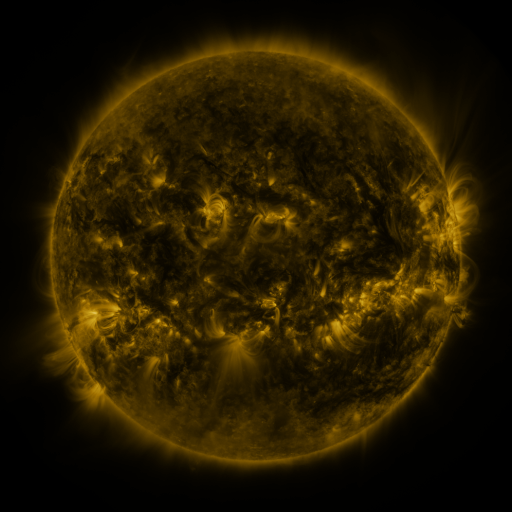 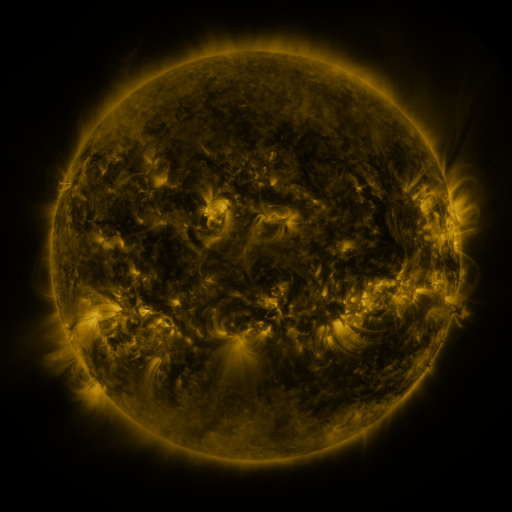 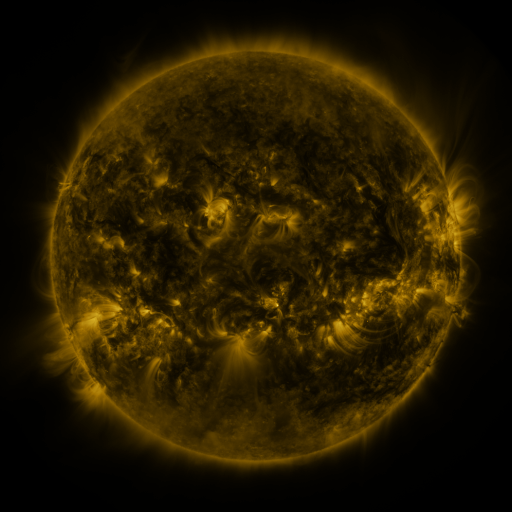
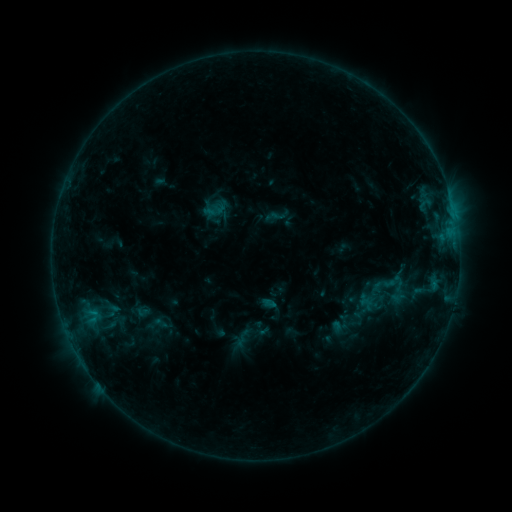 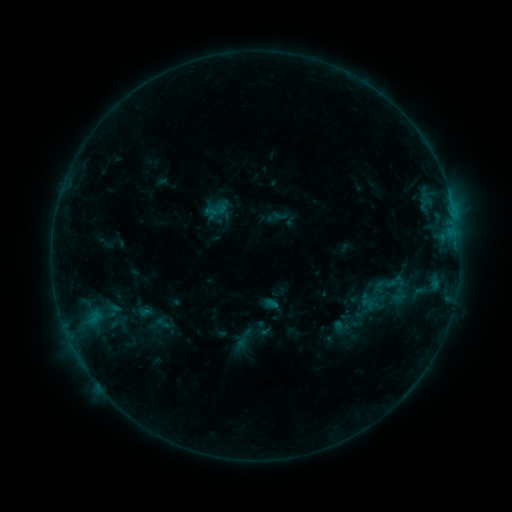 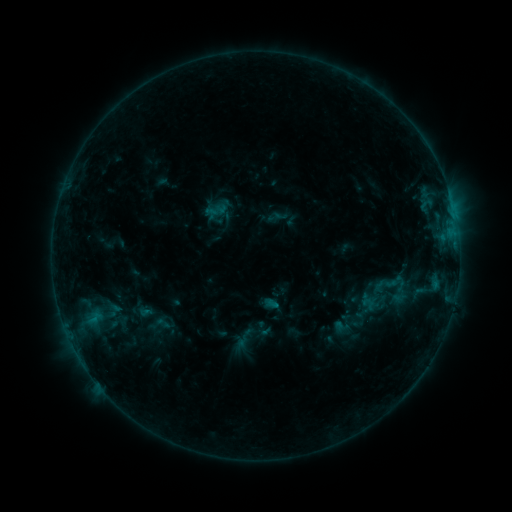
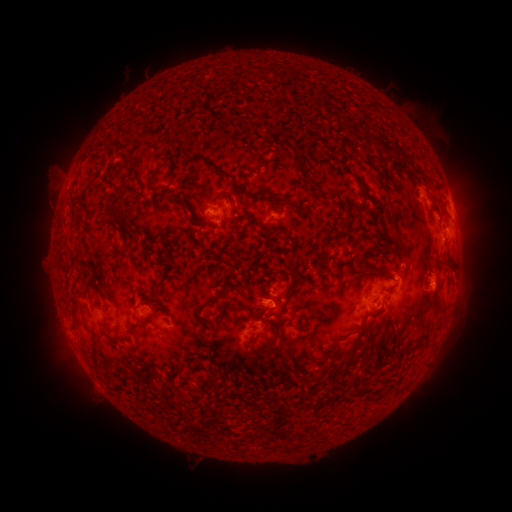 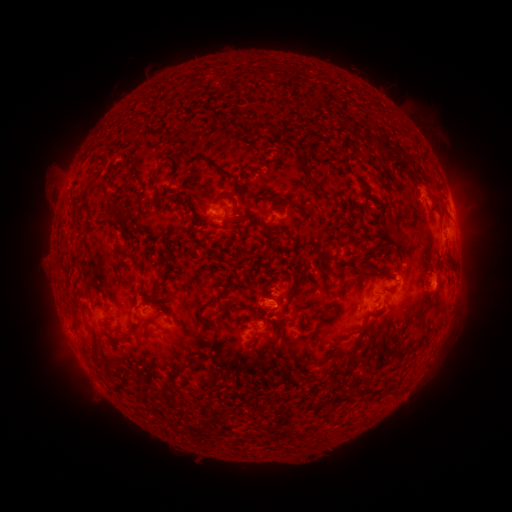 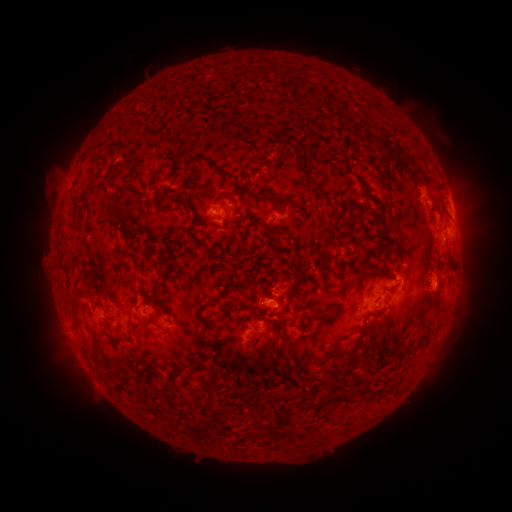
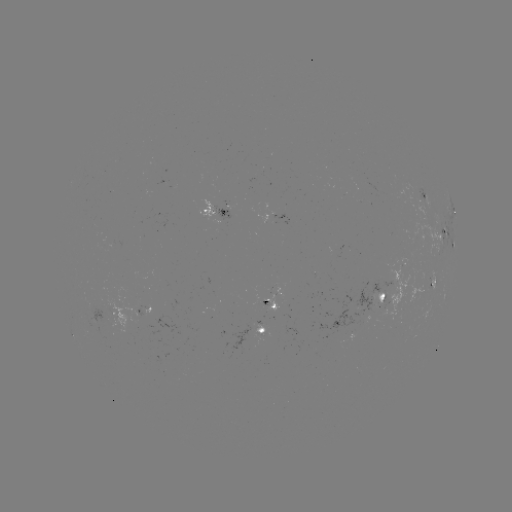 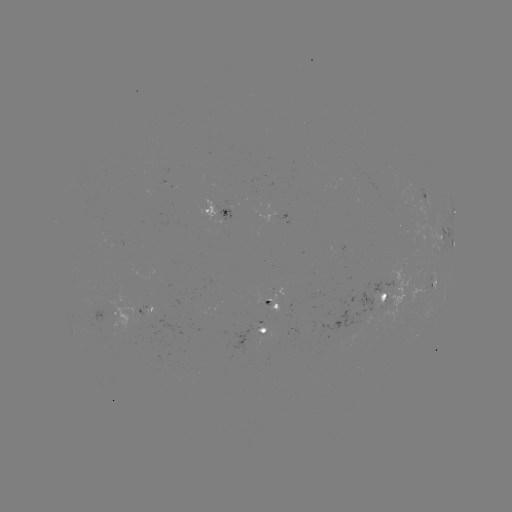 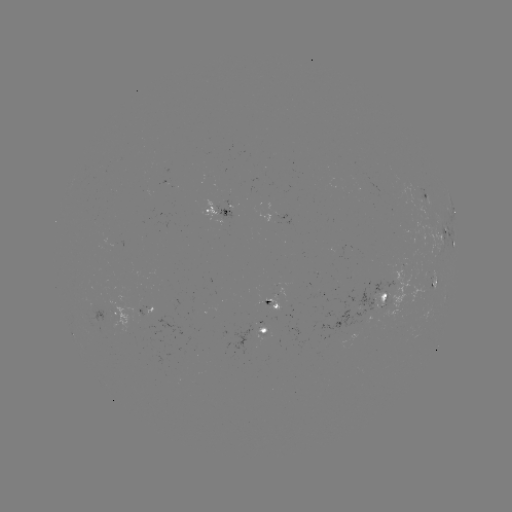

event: emerging-flux region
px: (262, 302)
